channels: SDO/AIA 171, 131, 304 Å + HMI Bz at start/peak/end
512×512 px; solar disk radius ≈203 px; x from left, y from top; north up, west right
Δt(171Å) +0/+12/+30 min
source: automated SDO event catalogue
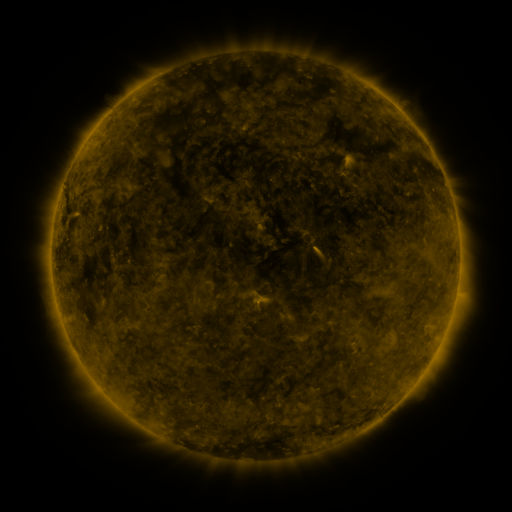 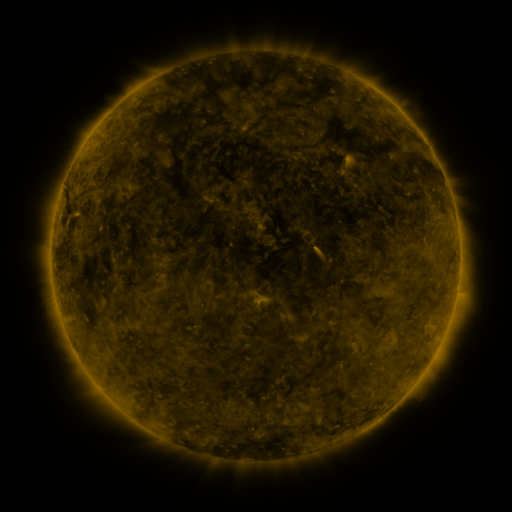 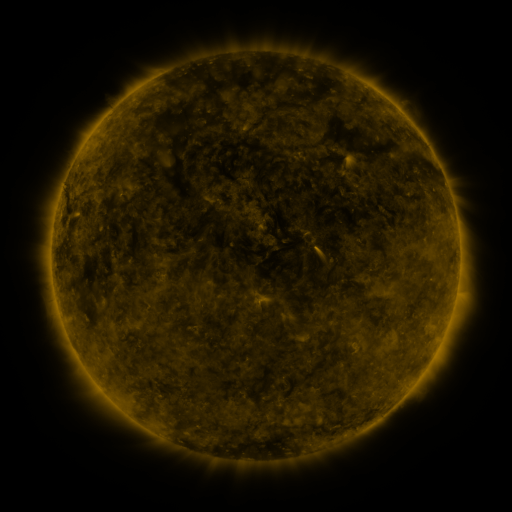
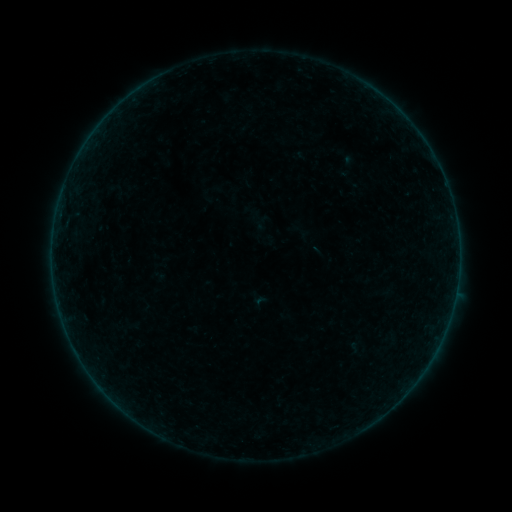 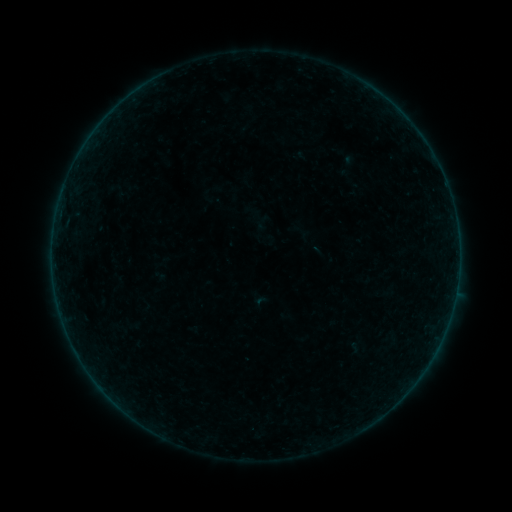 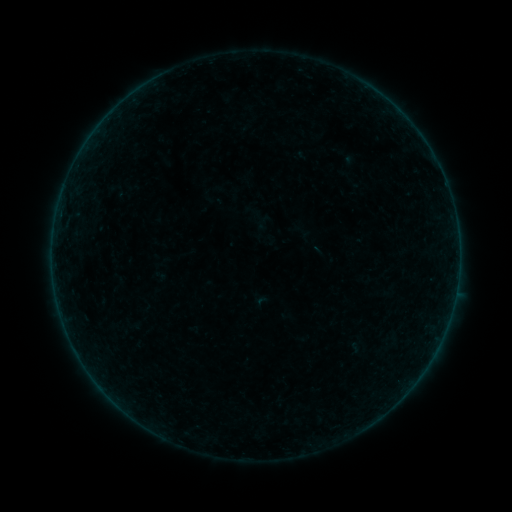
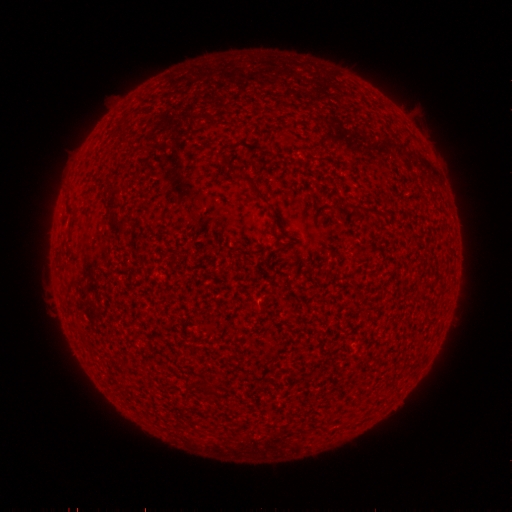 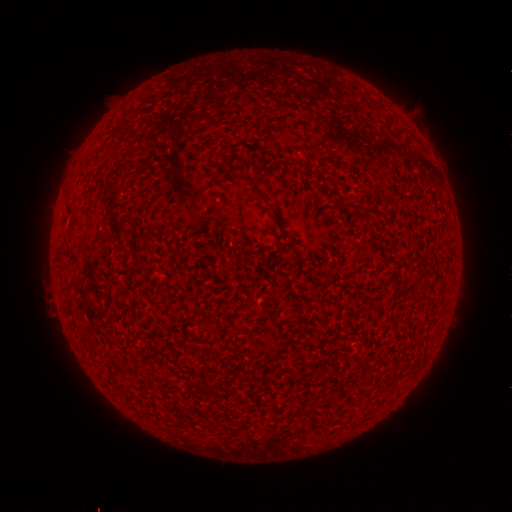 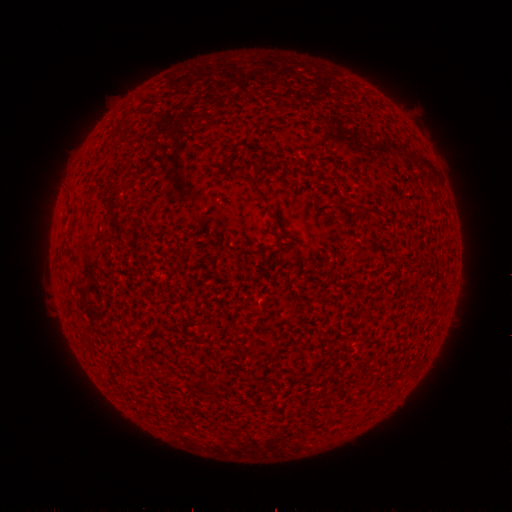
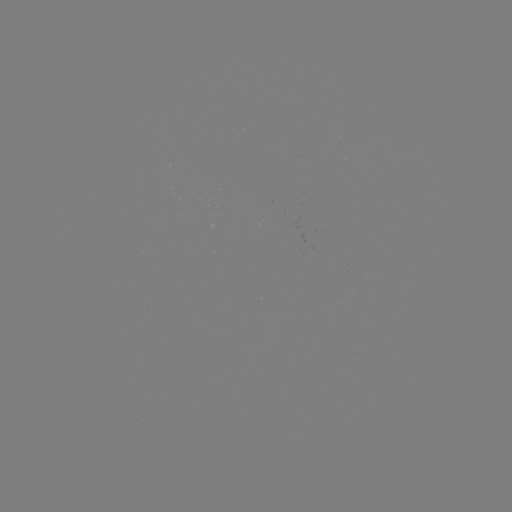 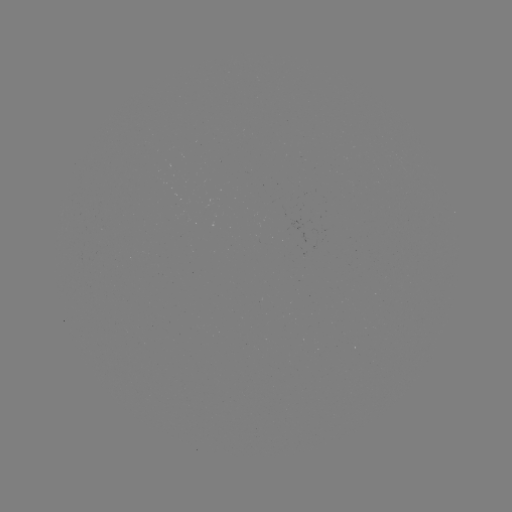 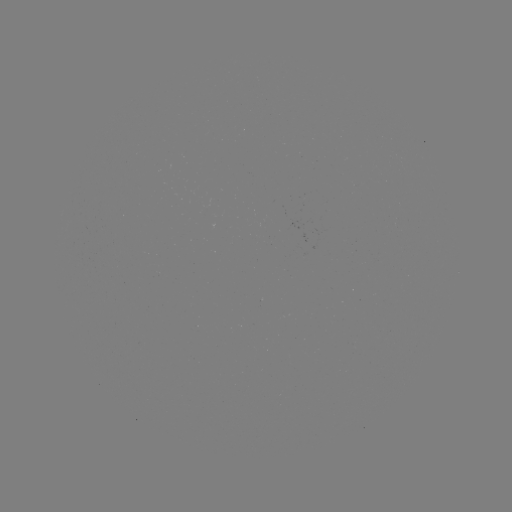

no flare in any classed list; no EUV-trigger detection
